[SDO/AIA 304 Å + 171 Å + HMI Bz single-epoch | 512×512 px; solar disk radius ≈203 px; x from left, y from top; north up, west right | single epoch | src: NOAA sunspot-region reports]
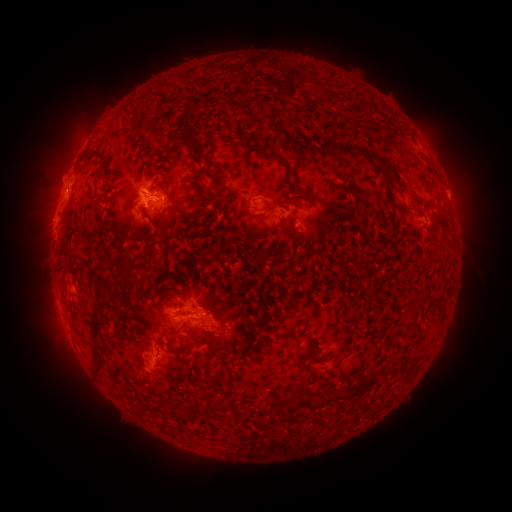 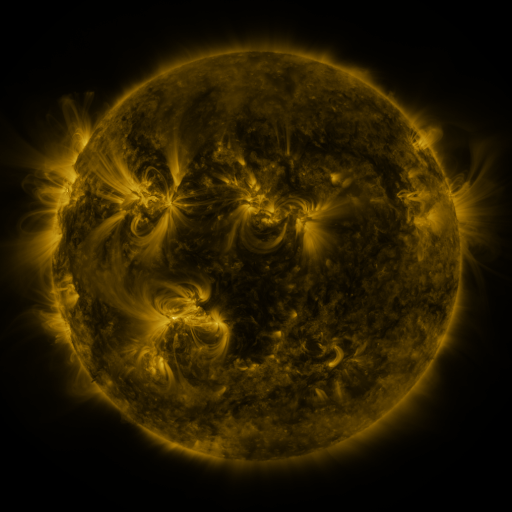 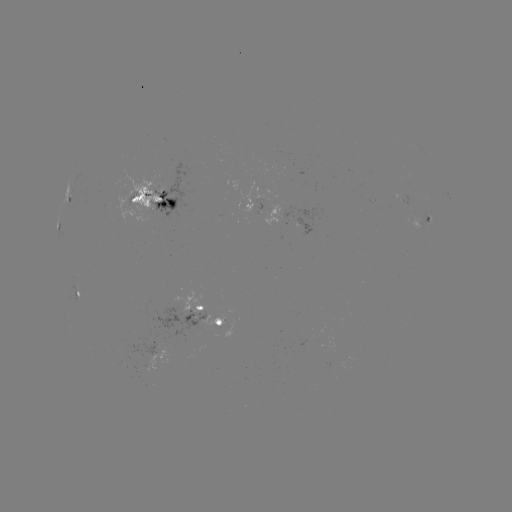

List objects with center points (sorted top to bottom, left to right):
spotted active region: (68, 196)
spotted active region: (156, 200)
spotted active region: (256, 206)
spotted active region: (430, 220)
spotted active region: (59, 223)
spotted active region: (79, 294)
spotted active region: (208, 318)
